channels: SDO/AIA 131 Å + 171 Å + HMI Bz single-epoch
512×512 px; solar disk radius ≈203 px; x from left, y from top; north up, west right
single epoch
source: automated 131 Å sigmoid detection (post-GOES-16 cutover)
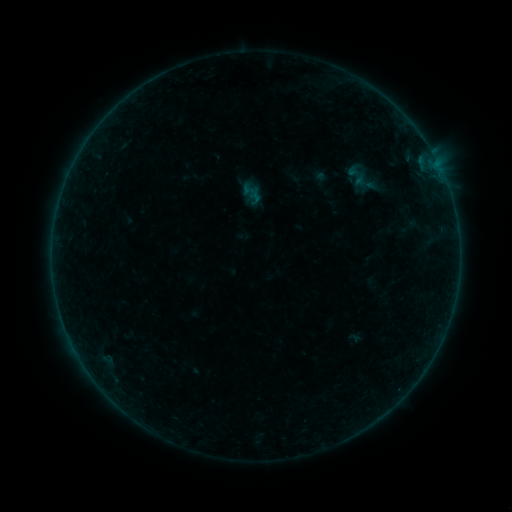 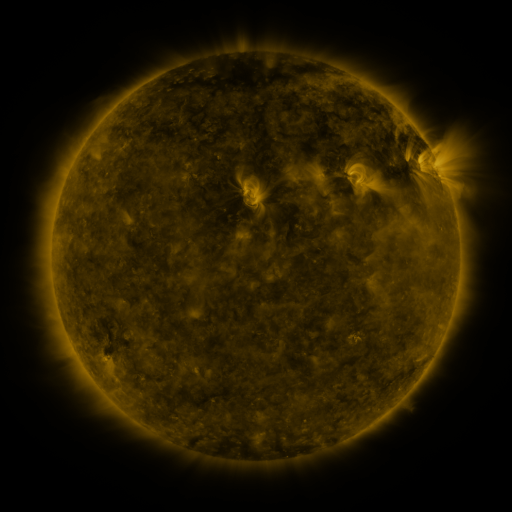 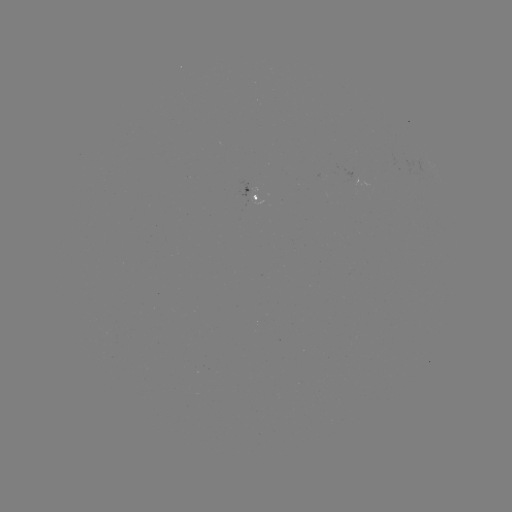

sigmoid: <bbox>339, 164, 374, 187</bbox>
